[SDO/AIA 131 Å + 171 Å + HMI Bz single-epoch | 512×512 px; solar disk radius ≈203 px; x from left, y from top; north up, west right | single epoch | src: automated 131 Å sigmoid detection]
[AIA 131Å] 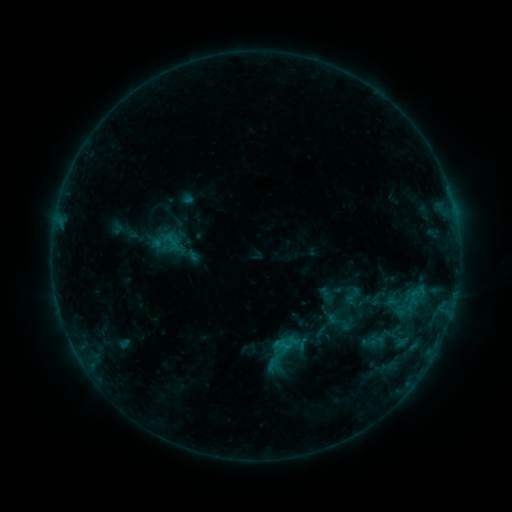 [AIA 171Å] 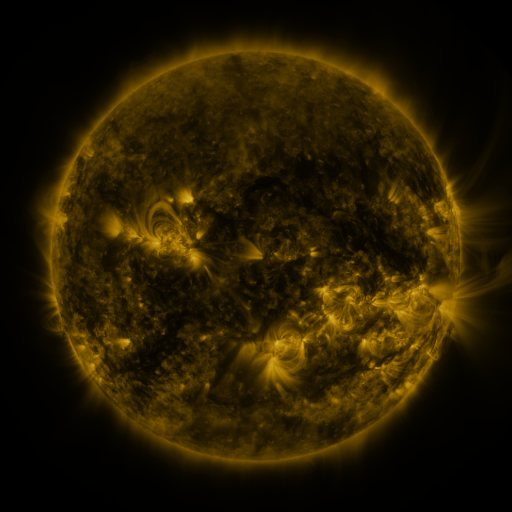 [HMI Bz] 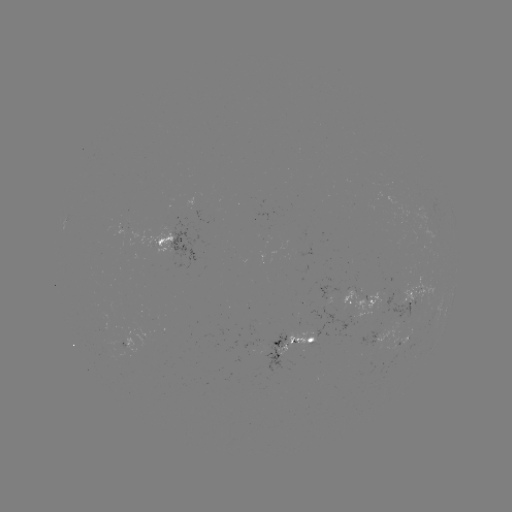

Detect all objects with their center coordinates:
sigmoid: (353, 296)
sigmoid: (340, 321)
